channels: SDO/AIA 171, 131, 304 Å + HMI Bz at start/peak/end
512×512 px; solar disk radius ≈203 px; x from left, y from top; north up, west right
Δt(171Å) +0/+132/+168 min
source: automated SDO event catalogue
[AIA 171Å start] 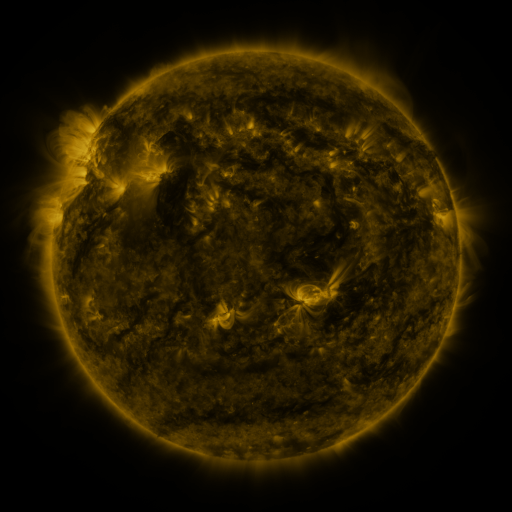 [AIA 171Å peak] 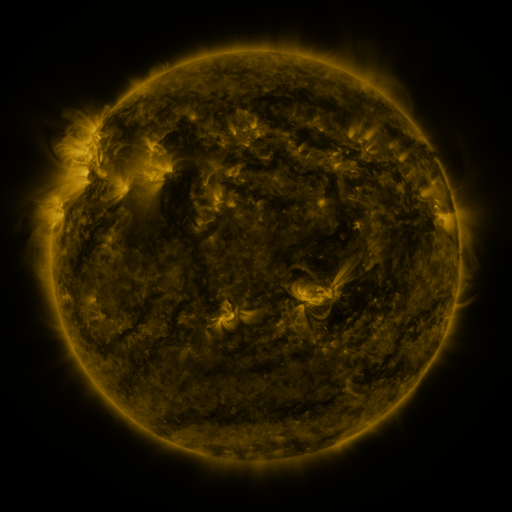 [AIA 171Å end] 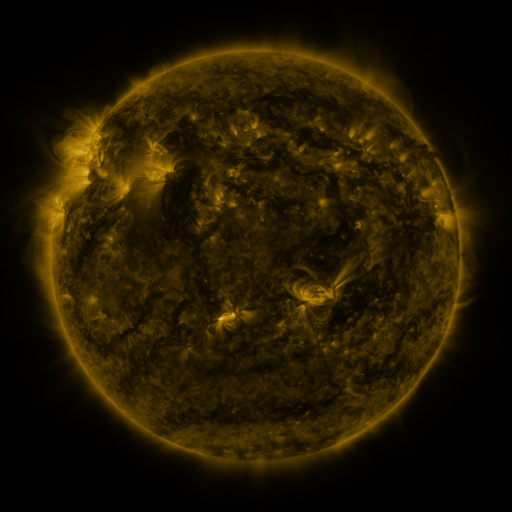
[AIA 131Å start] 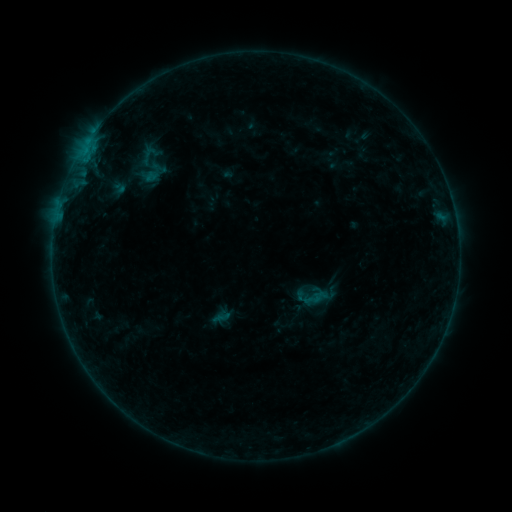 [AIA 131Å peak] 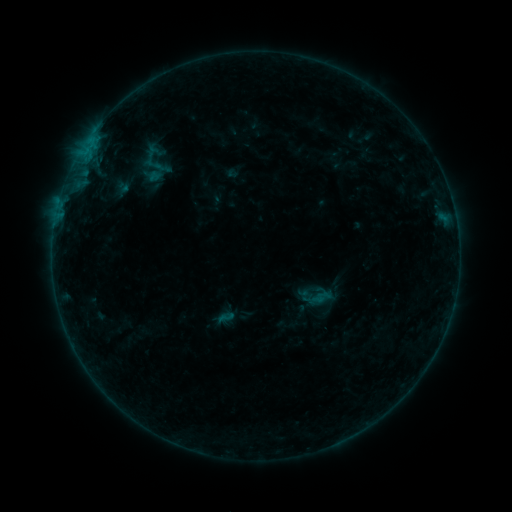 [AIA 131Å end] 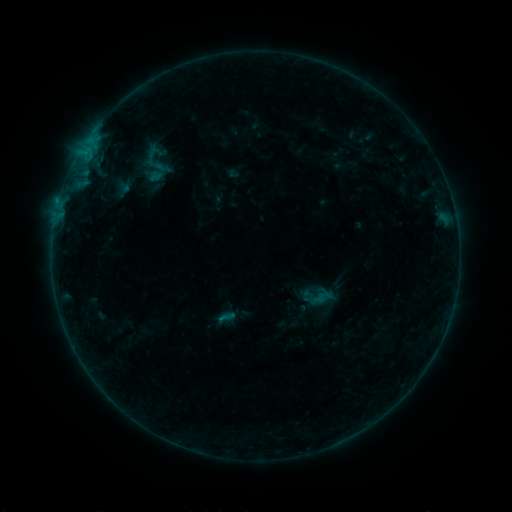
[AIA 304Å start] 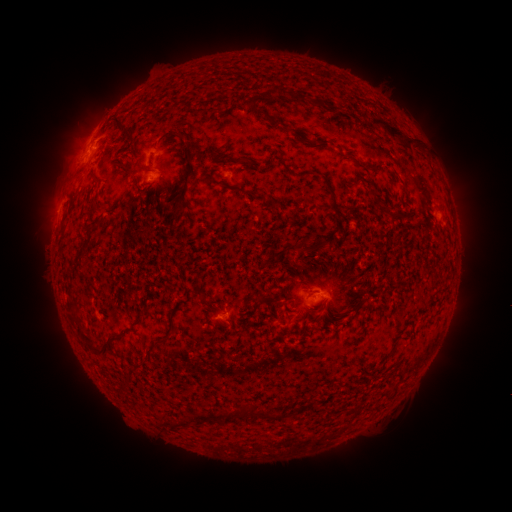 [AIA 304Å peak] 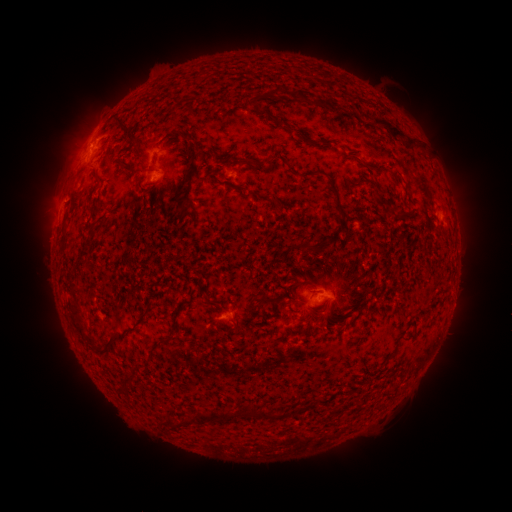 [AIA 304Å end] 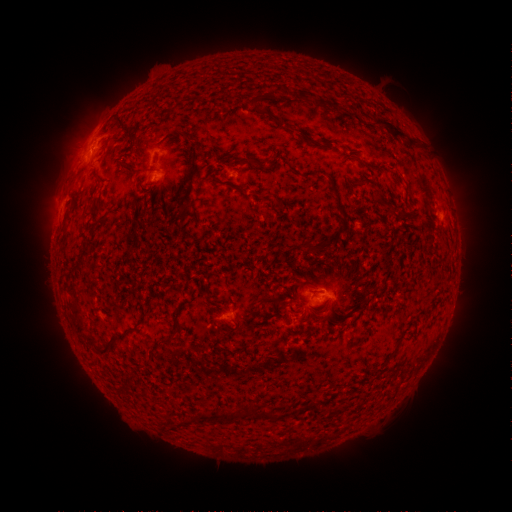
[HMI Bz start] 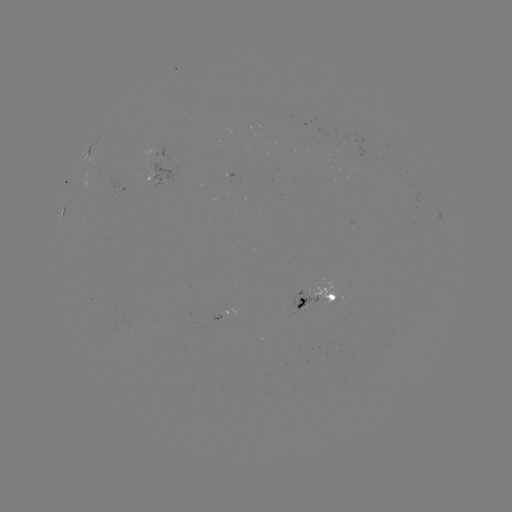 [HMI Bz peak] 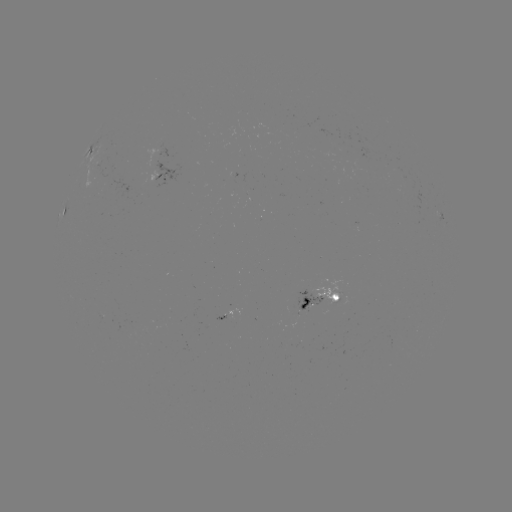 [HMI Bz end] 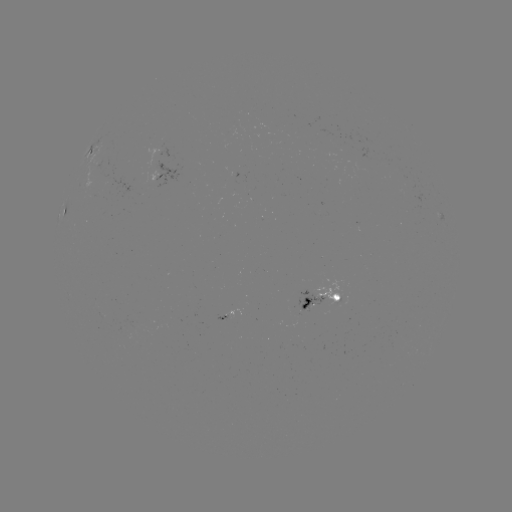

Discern emerging-flux region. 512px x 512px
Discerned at (231, 309).